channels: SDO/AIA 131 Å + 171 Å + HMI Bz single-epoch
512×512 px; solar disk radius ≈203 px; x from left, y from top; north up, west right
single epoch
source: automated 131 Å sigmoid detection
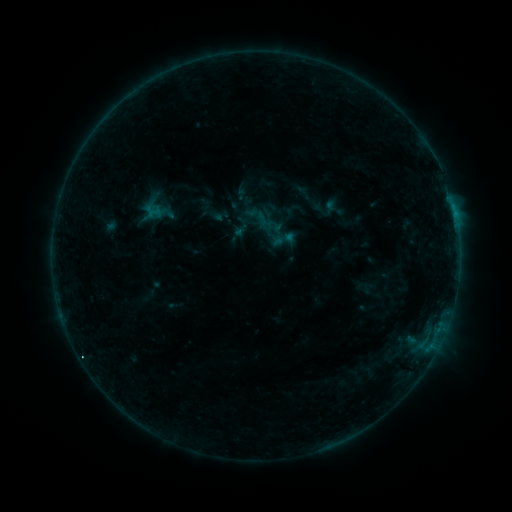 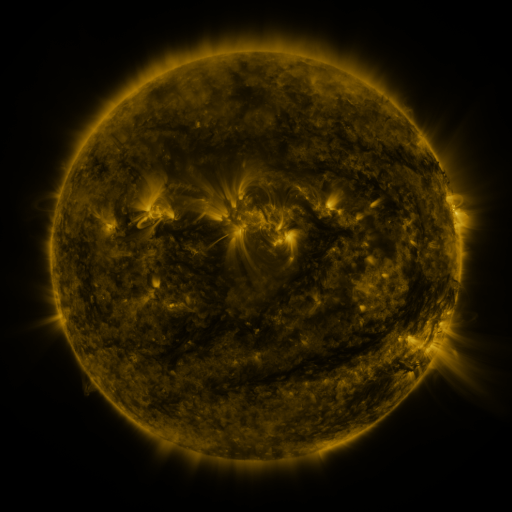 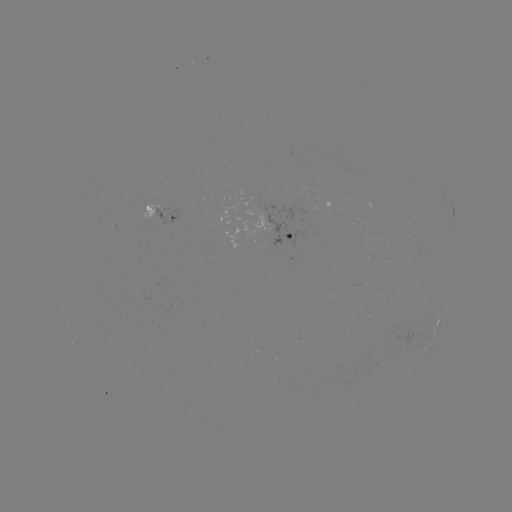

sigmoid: (270, 226, 296, 251)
